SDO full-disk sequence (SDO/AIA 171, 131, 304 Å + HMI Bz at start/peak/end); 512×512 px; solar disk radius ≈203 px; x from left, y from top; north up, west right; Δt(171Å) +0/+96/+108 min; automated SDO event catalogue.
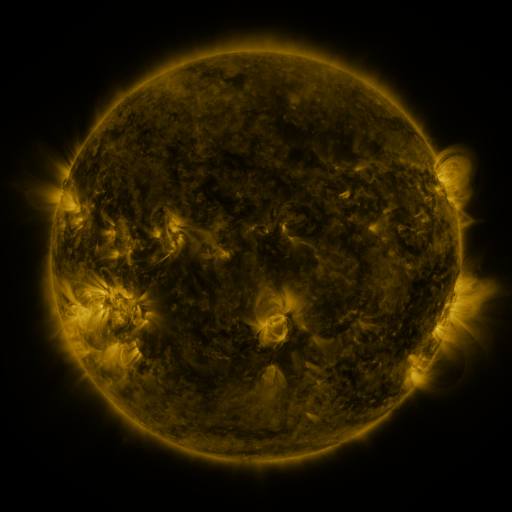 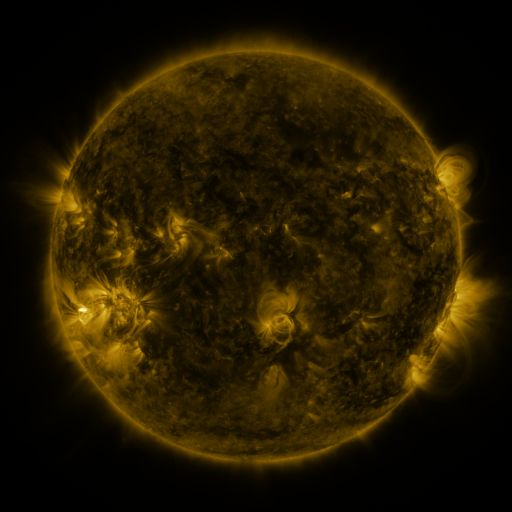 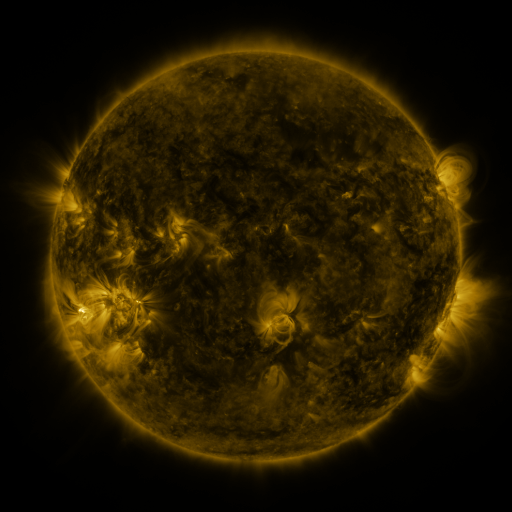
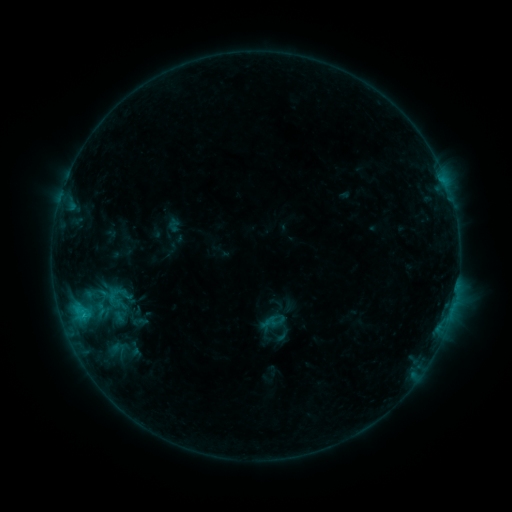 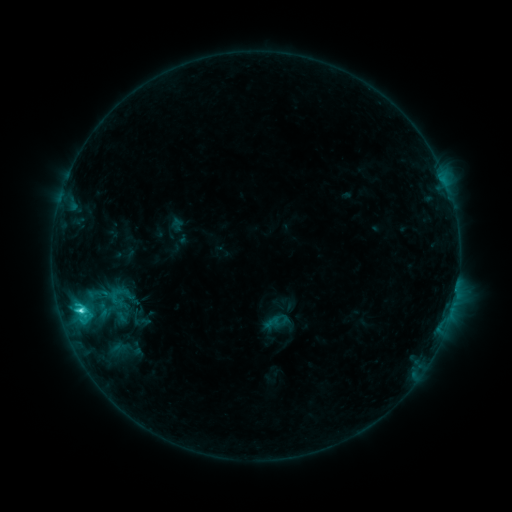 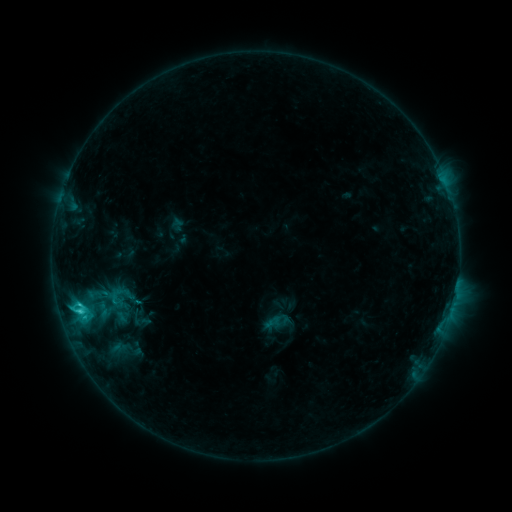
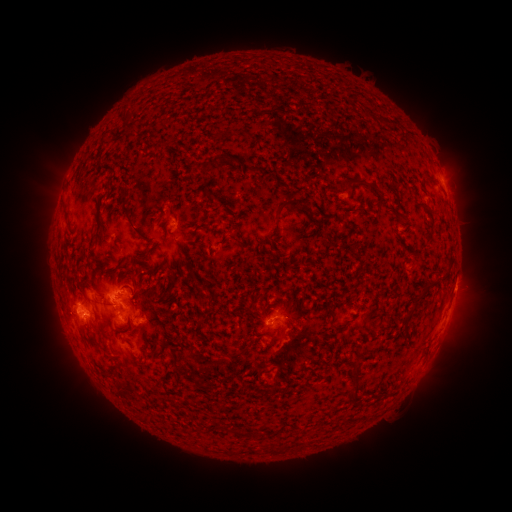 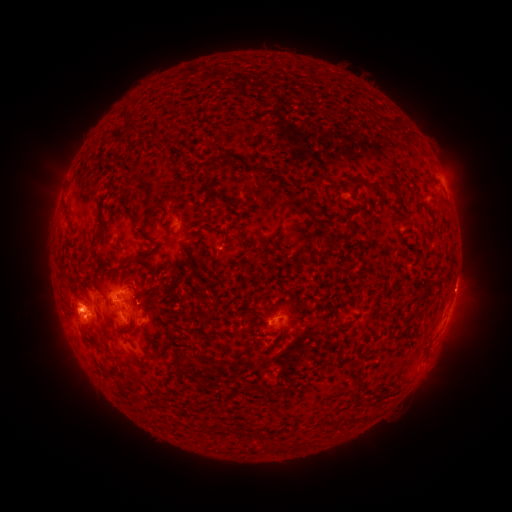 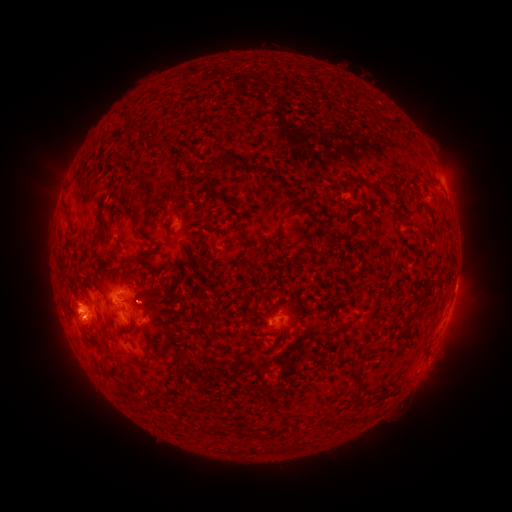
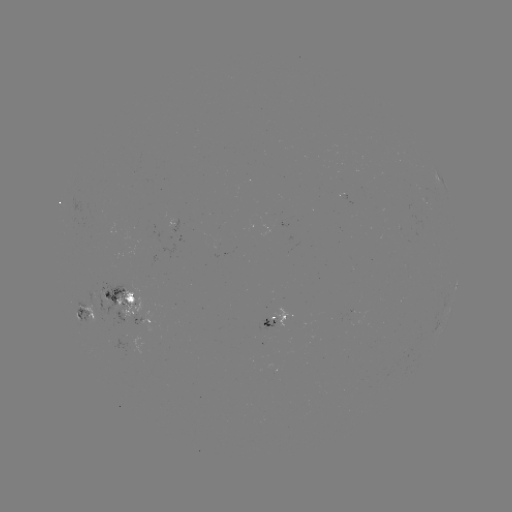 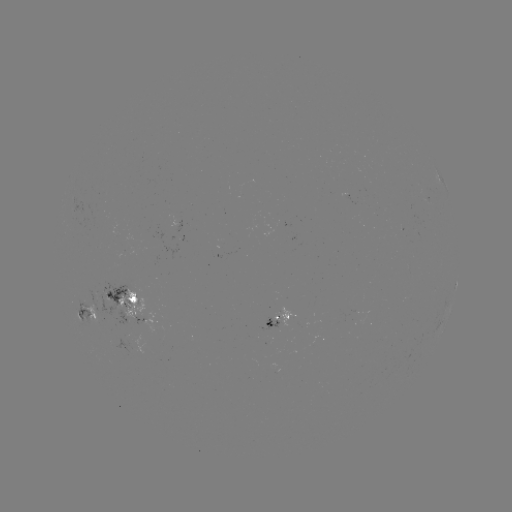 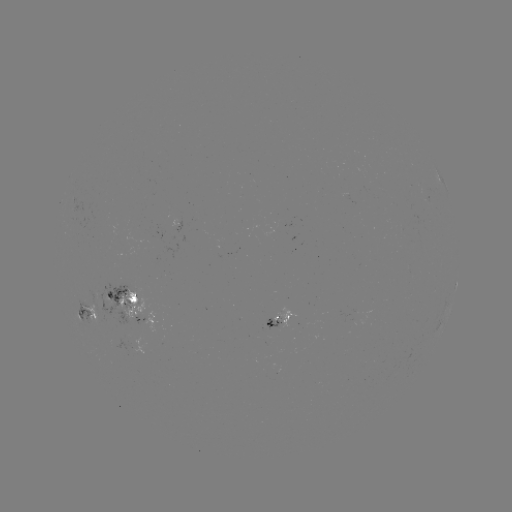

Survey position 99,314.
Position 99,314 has emerging-flux region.